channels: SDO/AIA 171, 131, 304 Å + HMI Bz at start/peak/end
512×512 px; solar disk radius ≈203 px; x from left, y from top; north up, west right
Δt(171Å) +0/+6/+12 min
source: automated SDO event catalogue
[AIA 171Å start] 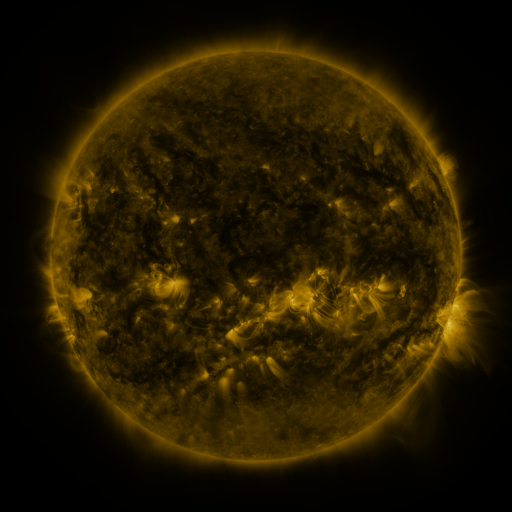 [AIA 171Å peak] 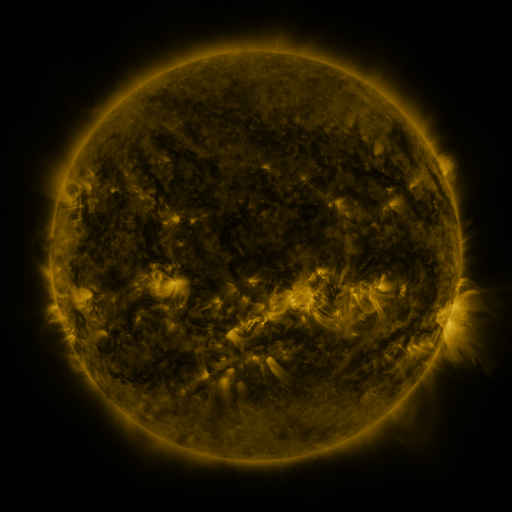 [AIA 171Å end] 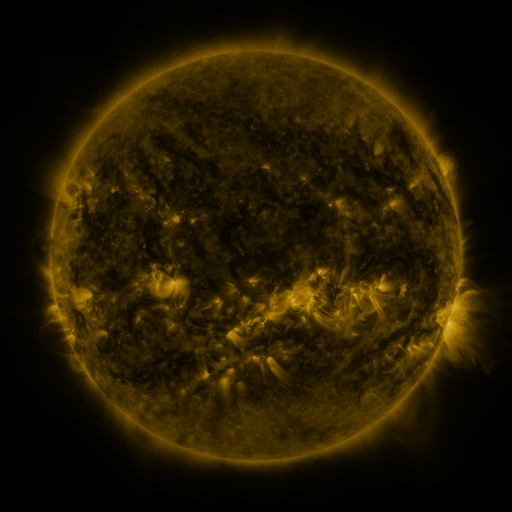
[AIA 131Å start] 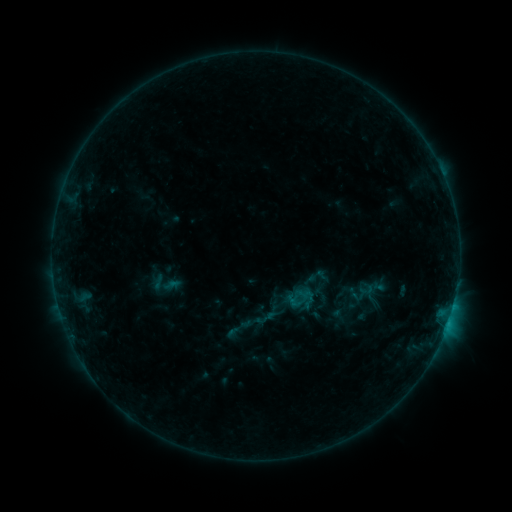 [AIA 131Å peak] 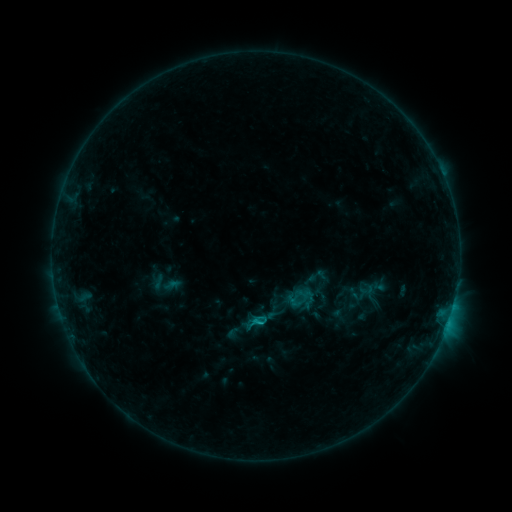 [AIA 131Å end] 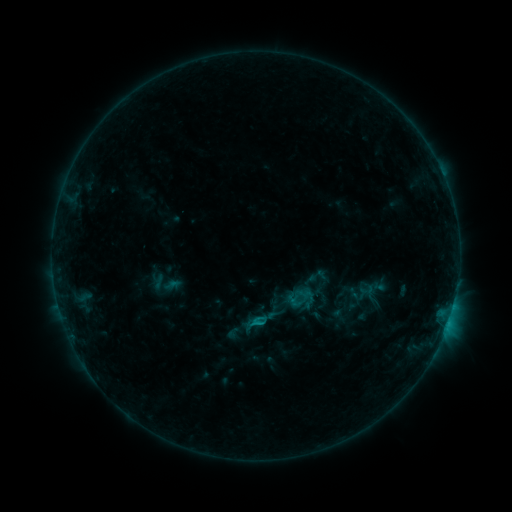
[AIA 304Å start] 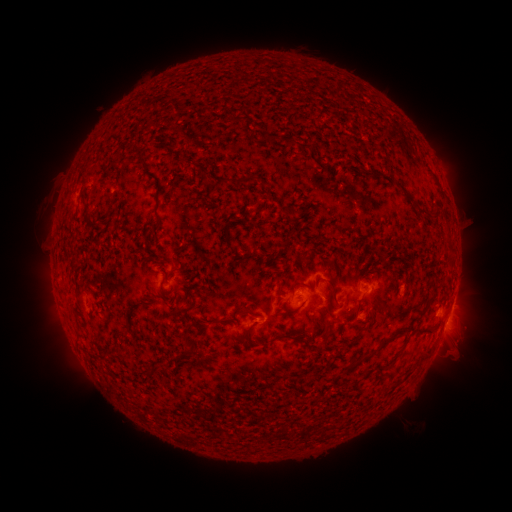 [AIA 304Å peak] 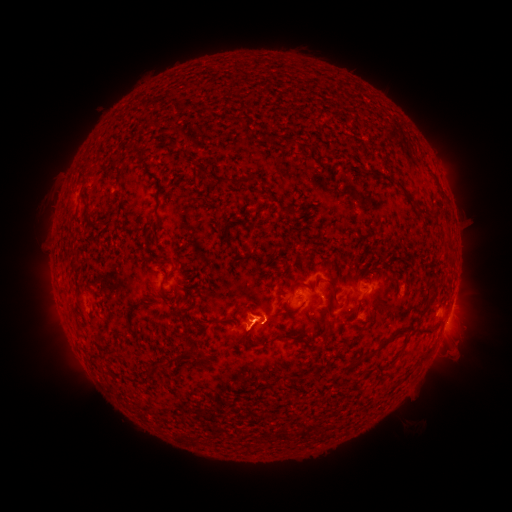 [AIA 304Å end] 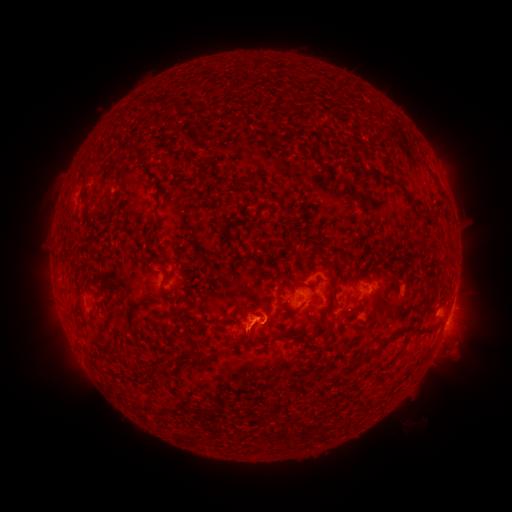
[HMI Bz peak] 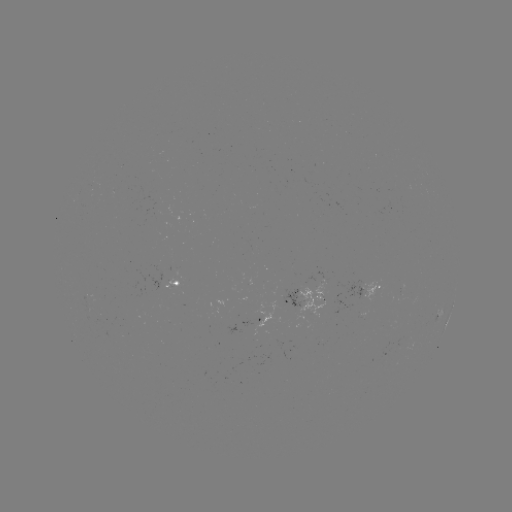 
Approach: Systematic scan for B7.4 flare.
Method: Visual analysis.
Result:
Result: B7.4 flare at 256,318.